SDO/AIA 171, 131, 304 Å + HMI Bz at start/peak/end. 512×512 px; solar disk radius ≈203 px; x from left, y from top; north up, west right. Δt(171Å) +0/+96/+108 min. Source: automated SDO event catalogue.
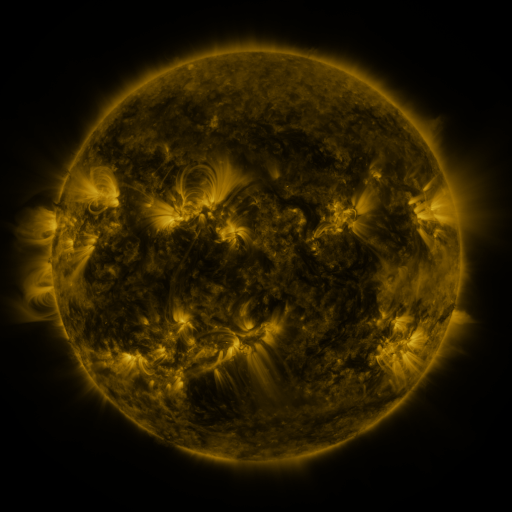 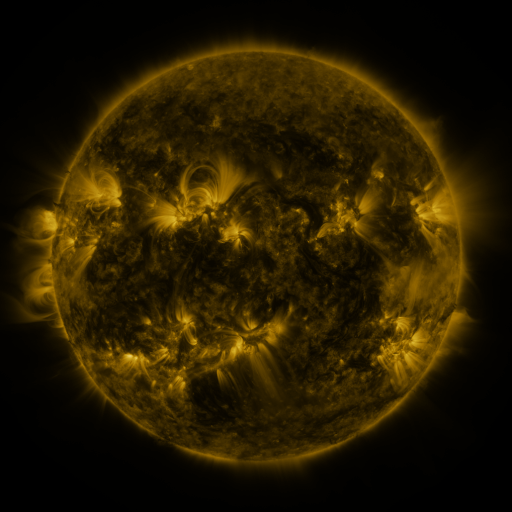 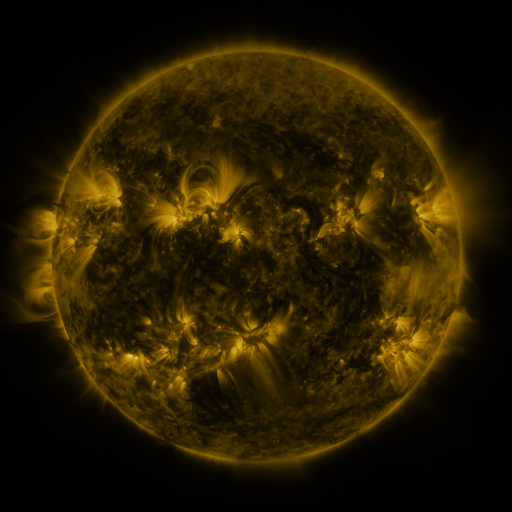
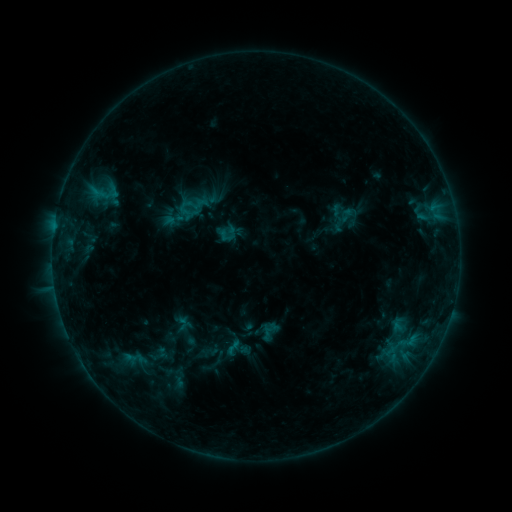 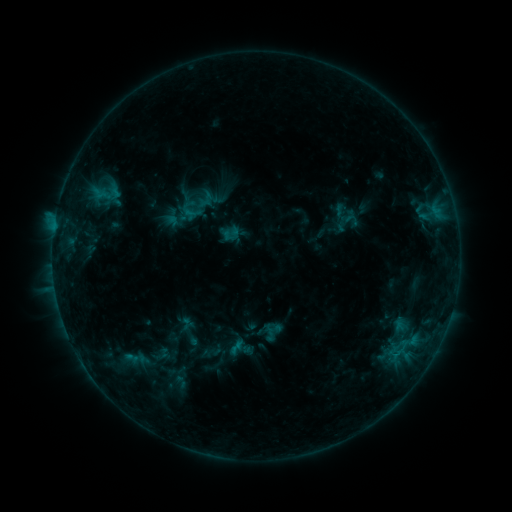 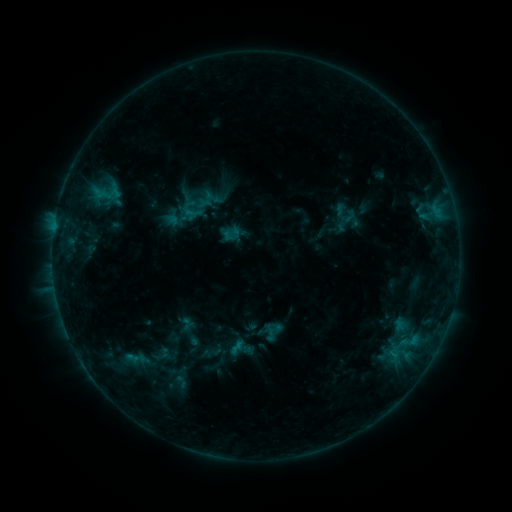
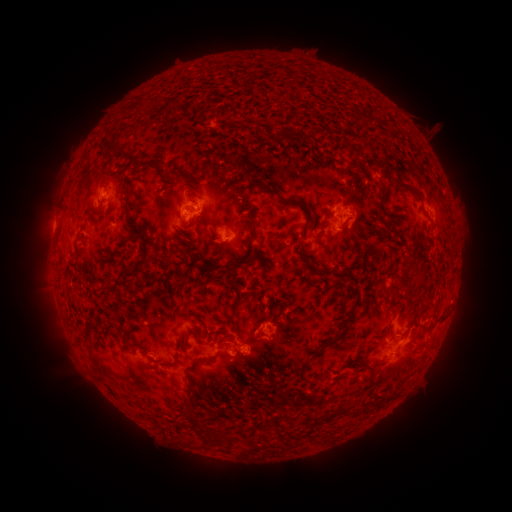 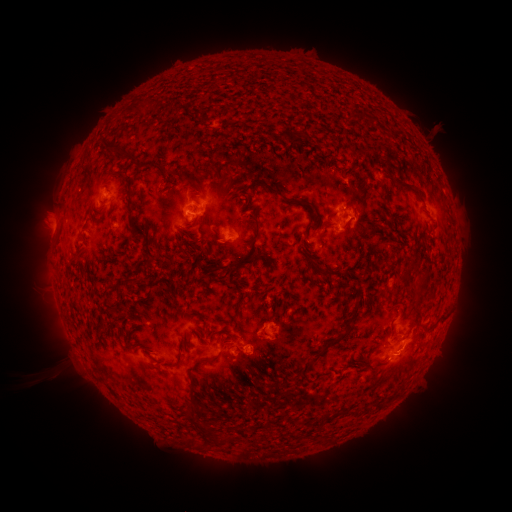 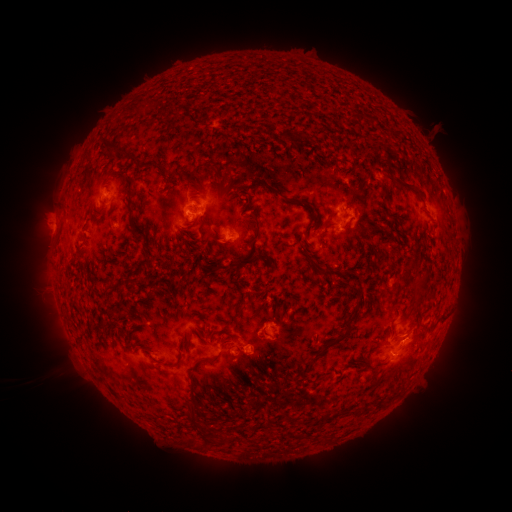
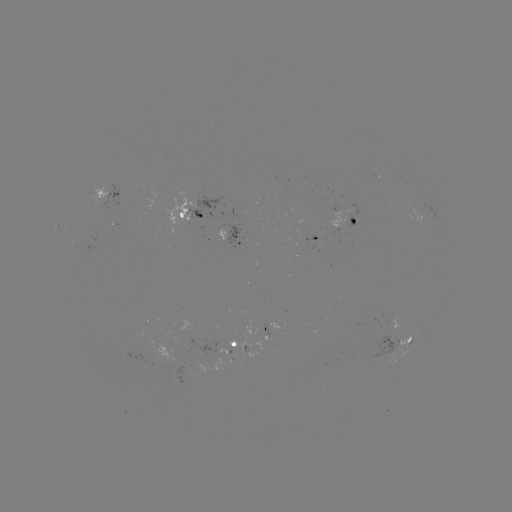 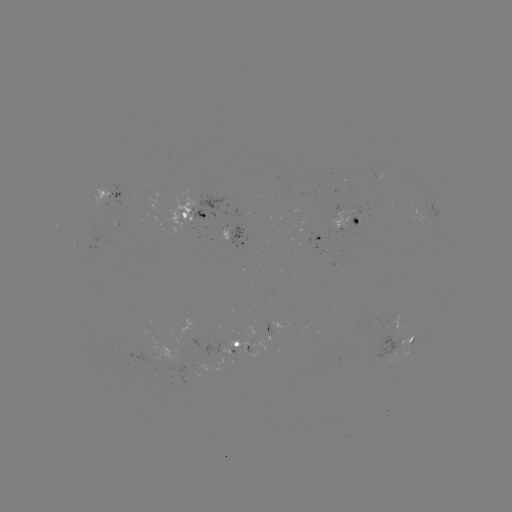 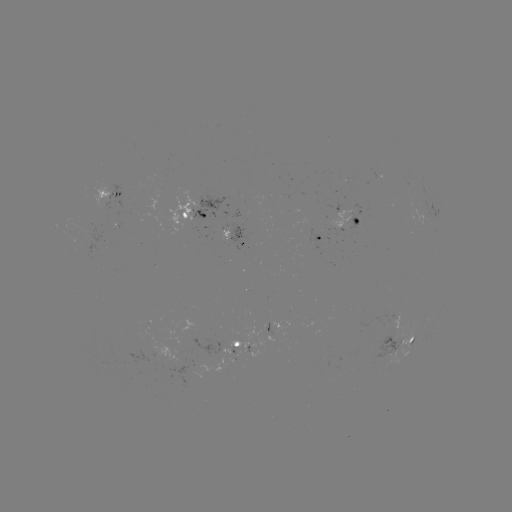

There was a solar emerging-flux region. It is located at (239, 349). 